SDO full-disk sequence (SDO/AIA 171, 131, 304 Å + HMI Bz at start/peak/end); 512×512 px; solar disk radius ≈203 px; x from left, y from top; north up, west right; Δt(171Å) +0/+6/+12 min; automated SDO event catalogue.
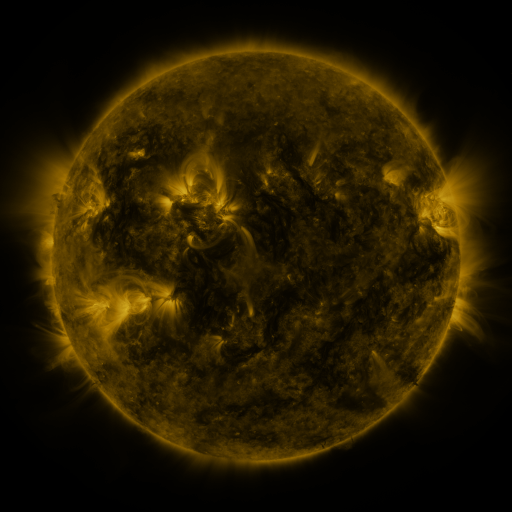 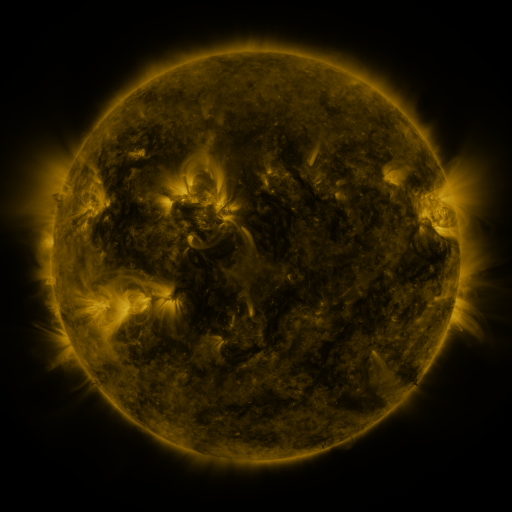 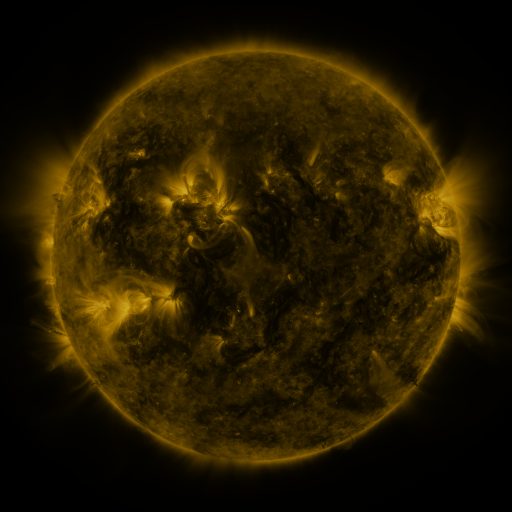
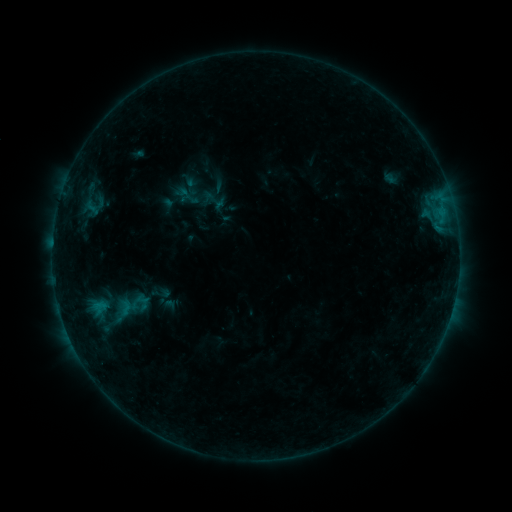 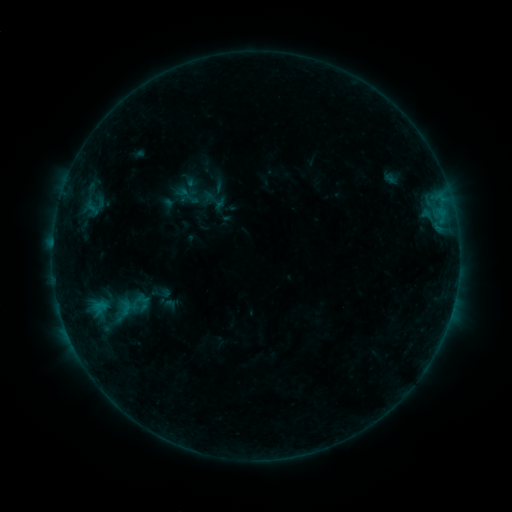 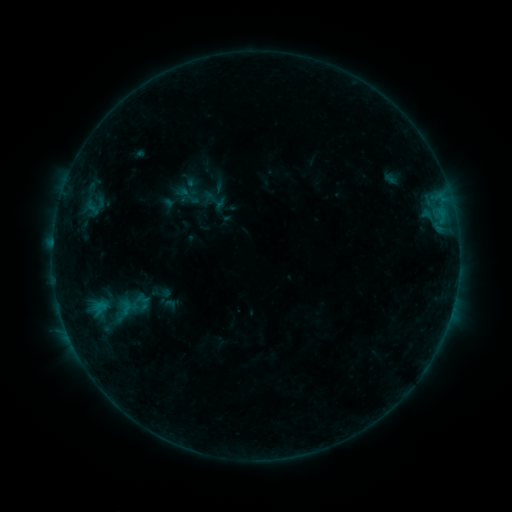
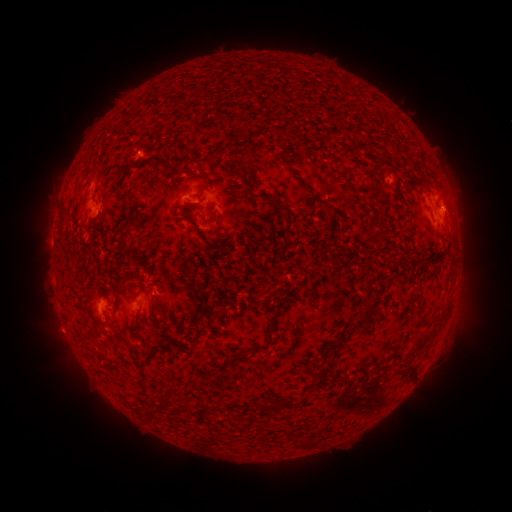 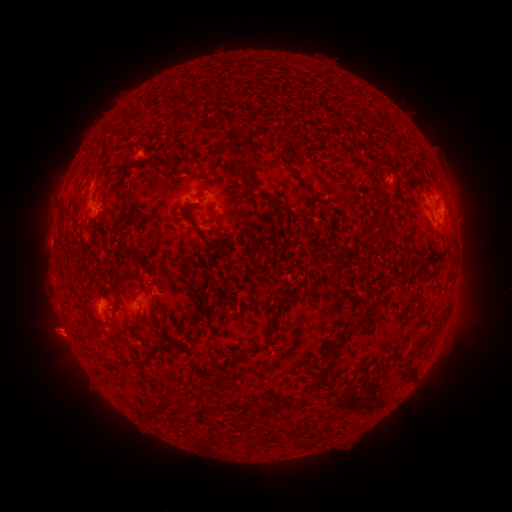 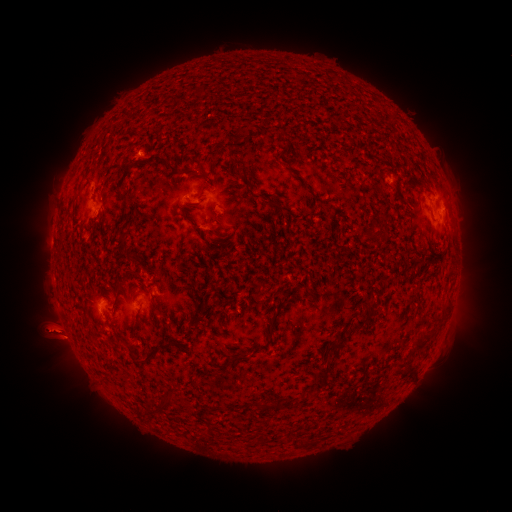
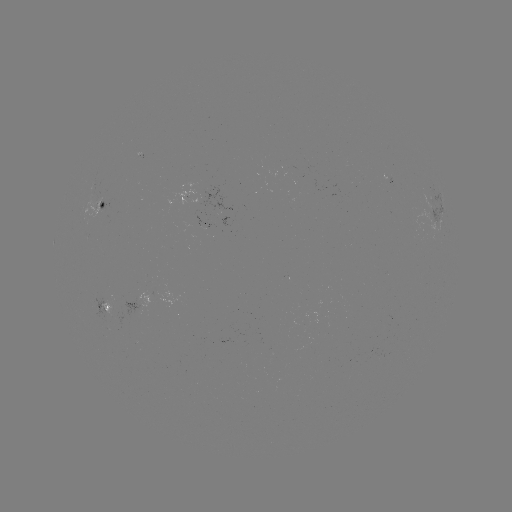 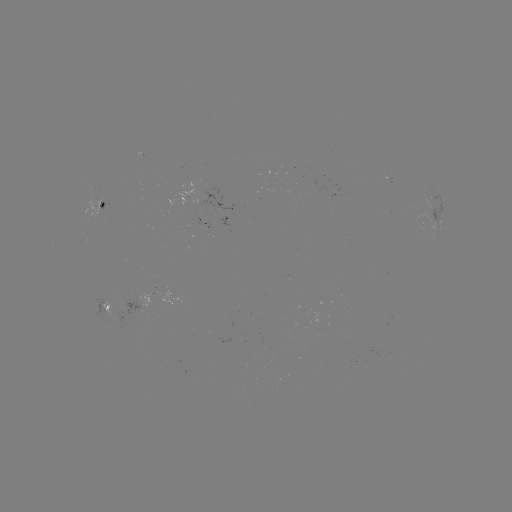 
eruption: <bbox>462, 310, 495, 349</bbox>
